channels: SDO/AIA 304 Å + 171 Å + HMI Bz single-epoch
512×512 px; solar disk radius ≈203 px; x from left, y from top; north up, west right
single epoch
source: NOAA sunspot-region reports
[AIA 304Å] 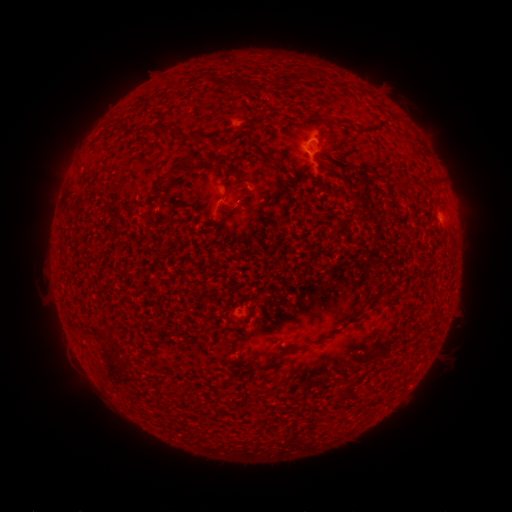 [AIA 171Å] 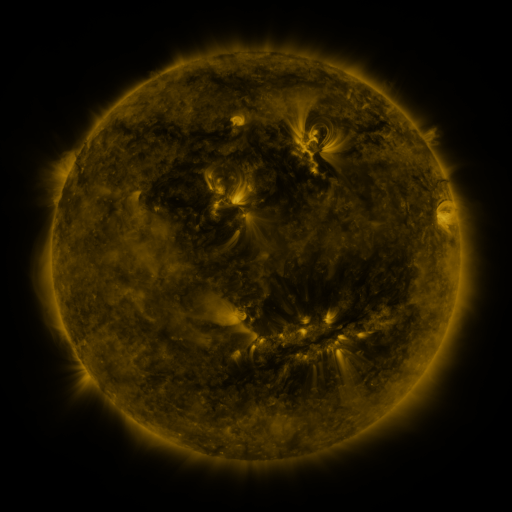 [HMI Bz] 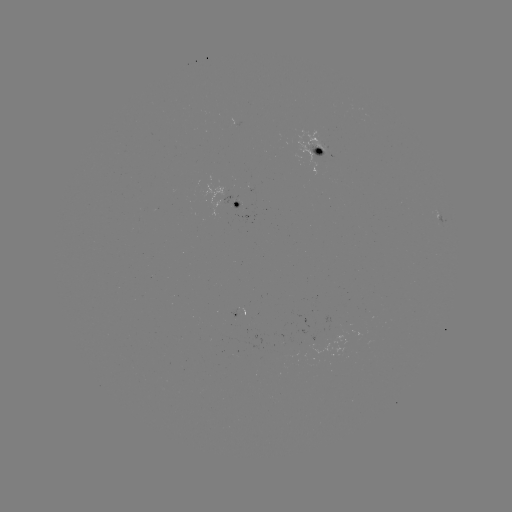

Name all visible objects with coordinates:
spotted active region: (323, 147)
spotted active region: (238, 202)
